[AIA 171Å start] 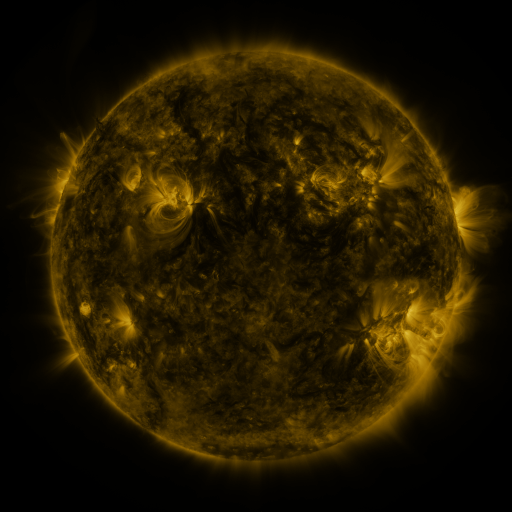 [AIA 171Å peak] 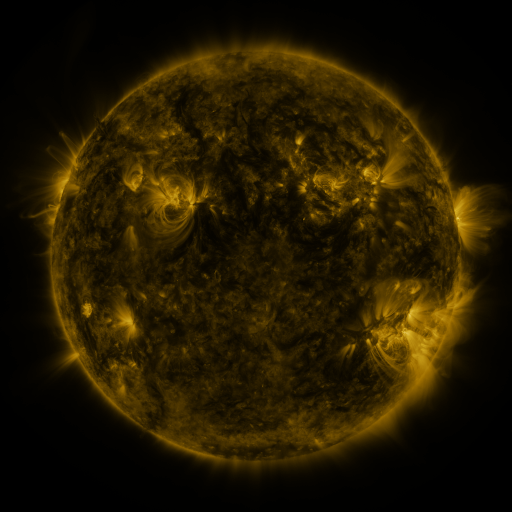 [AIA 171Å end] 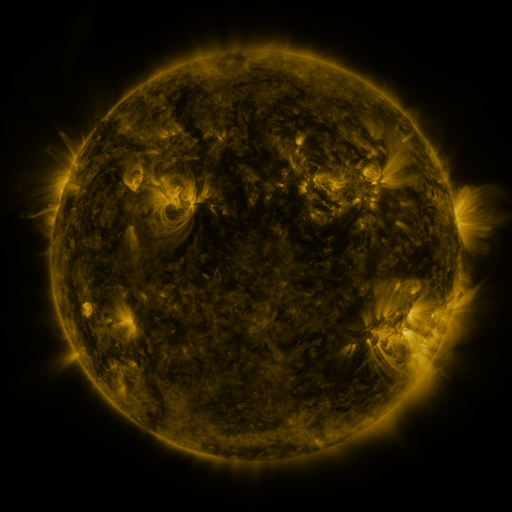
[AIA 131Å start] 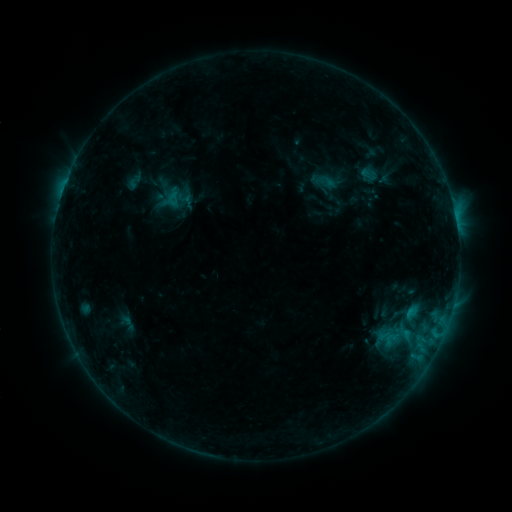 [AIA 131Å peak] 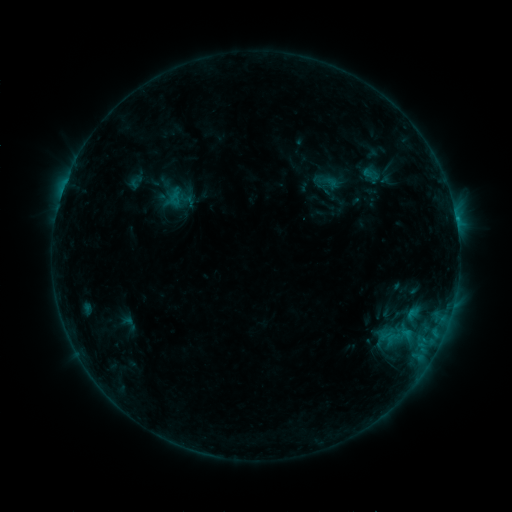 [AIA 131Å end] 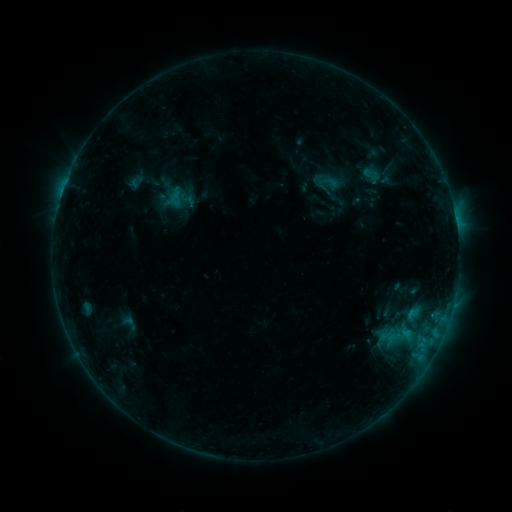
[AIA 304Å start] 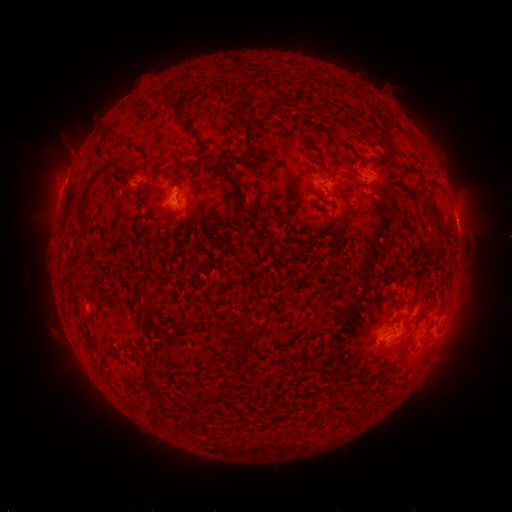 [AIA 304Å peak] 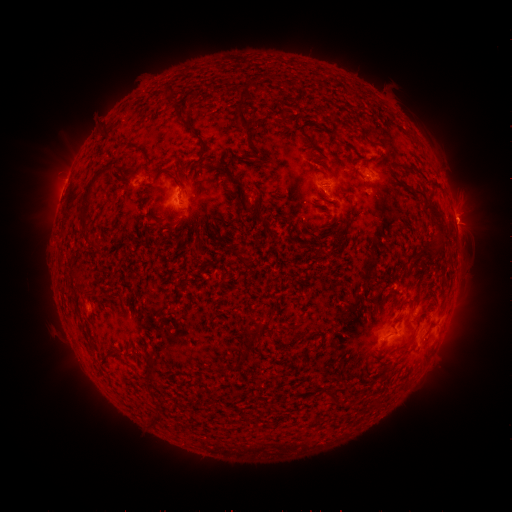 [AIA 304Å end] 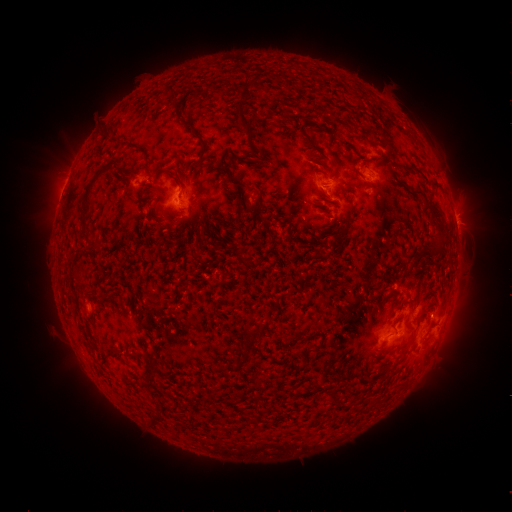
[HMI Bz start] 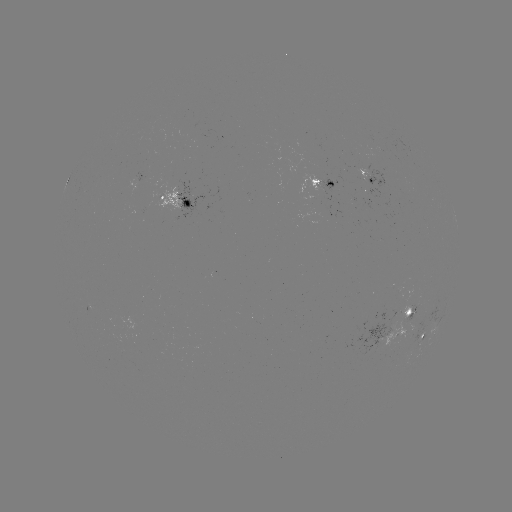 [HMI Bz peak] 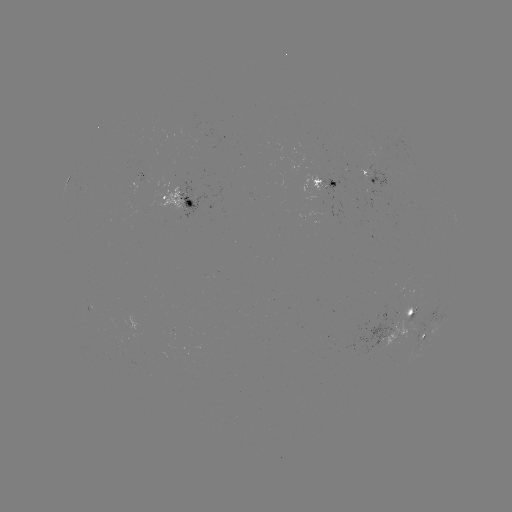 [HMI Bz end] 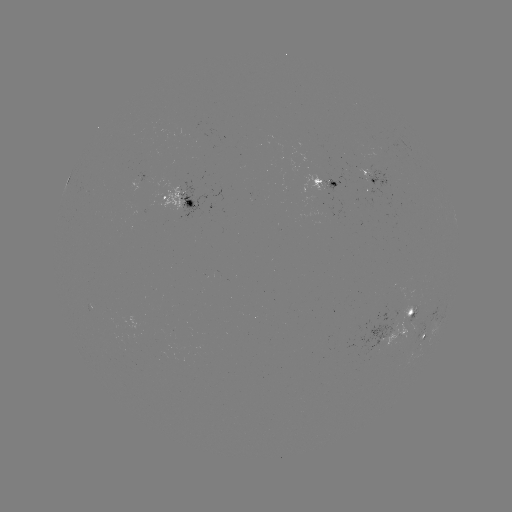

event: emerging-flux region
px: (321, 179)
